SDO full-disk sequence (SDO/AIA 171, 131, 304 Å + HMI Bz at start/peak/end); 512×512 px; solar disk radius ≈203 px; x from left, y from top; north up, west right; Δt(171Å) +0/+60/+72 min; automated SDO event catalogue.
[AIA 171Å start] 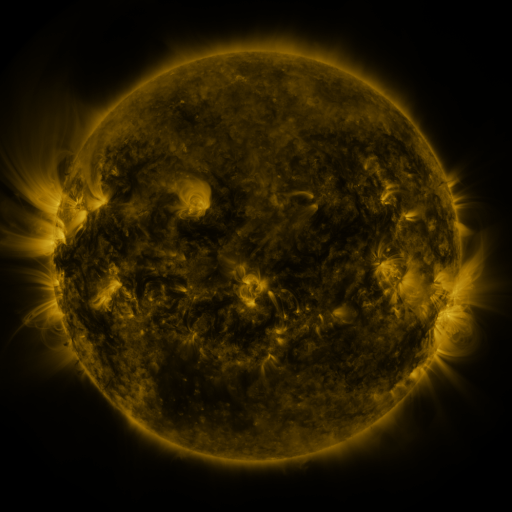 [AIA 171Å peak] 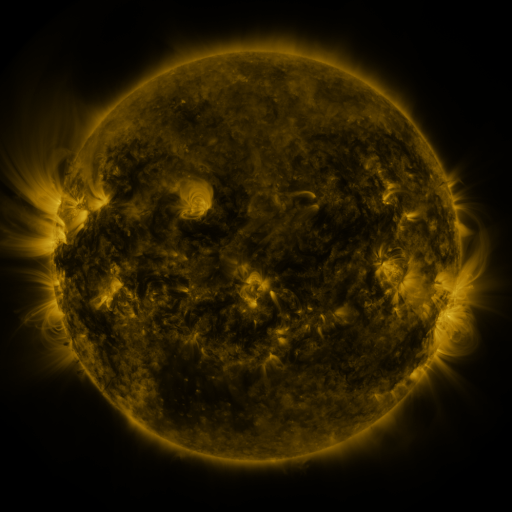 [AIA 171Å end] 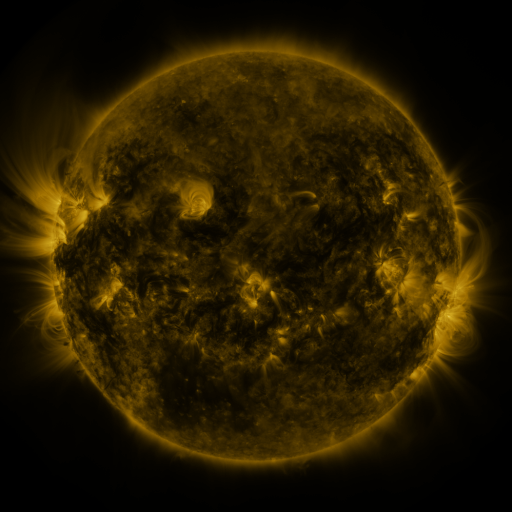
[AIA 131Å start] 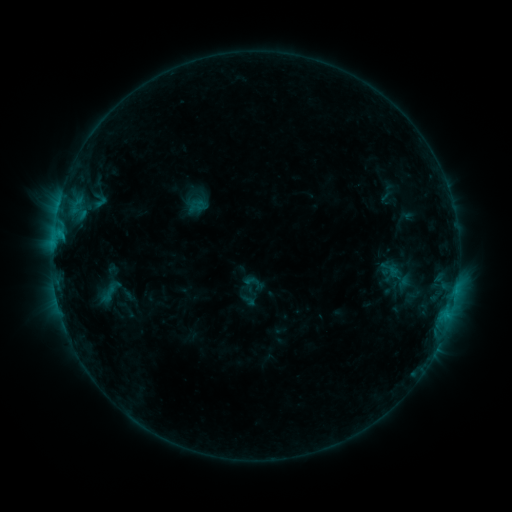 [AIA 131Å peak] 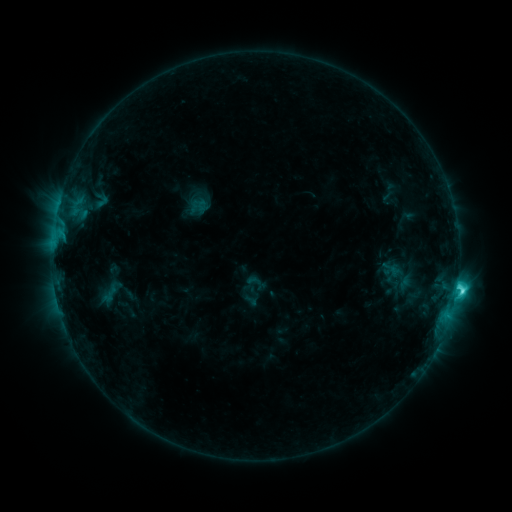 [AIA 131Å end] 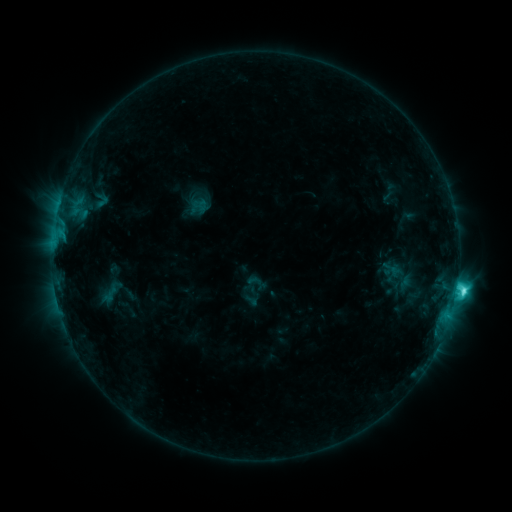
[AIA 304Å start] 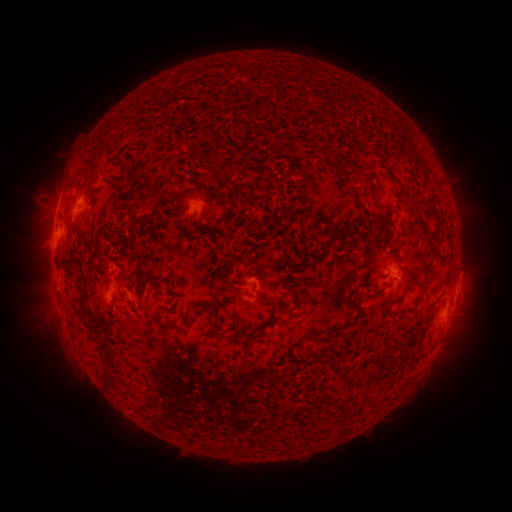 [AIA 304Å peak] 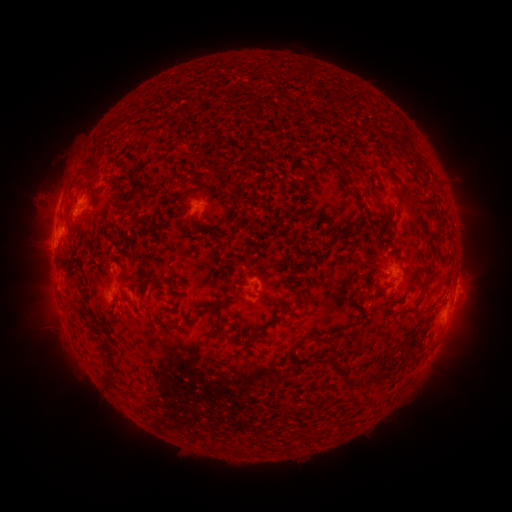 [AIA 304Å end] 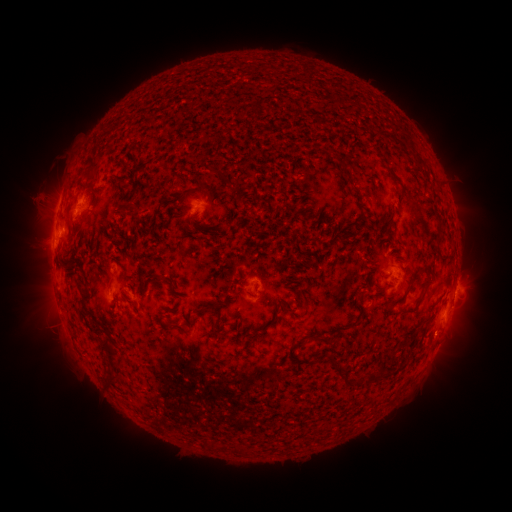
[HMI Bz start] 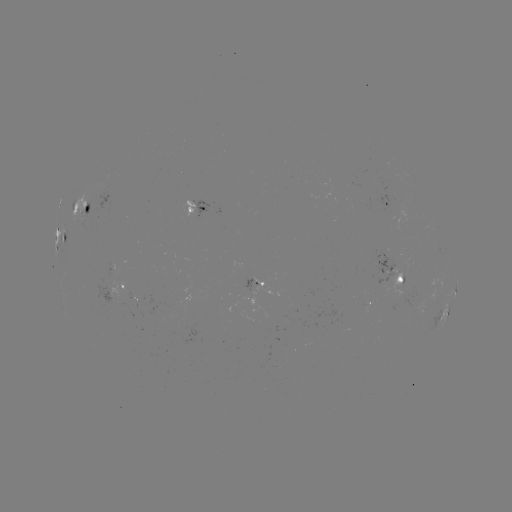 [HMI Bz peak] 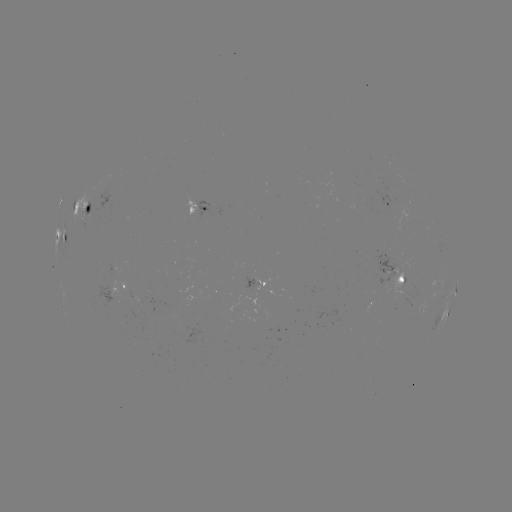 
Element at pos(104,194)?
emerging-flux region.